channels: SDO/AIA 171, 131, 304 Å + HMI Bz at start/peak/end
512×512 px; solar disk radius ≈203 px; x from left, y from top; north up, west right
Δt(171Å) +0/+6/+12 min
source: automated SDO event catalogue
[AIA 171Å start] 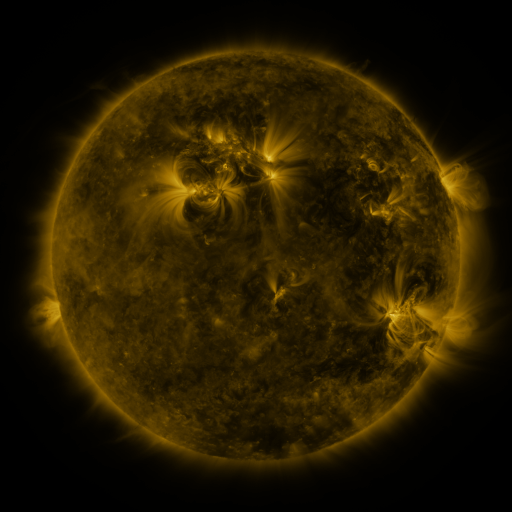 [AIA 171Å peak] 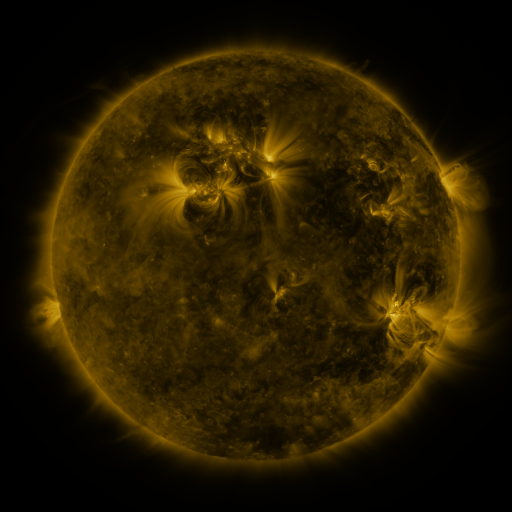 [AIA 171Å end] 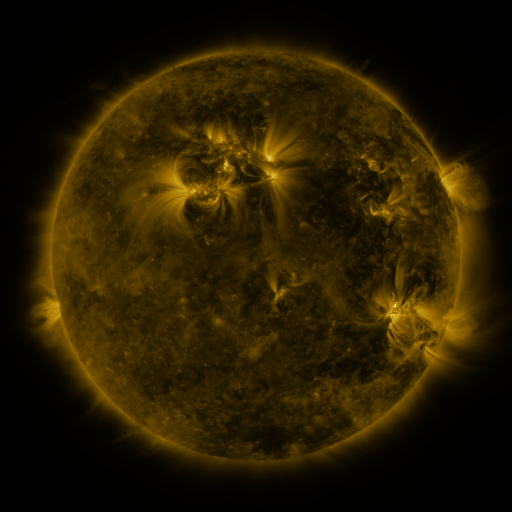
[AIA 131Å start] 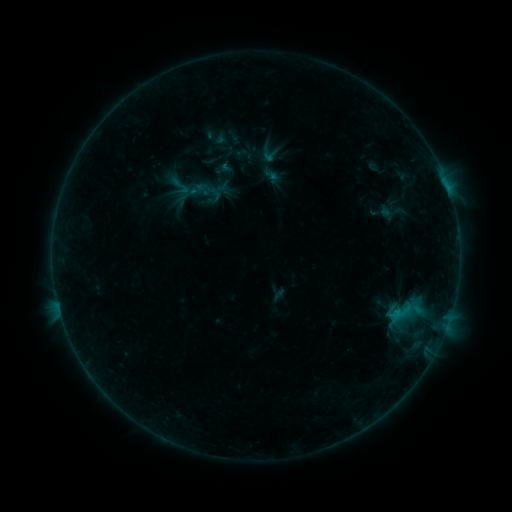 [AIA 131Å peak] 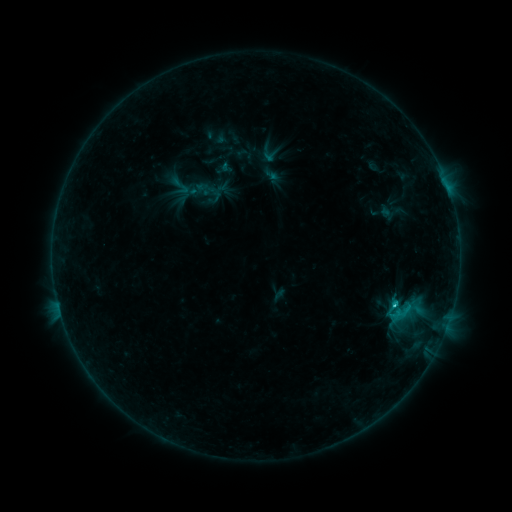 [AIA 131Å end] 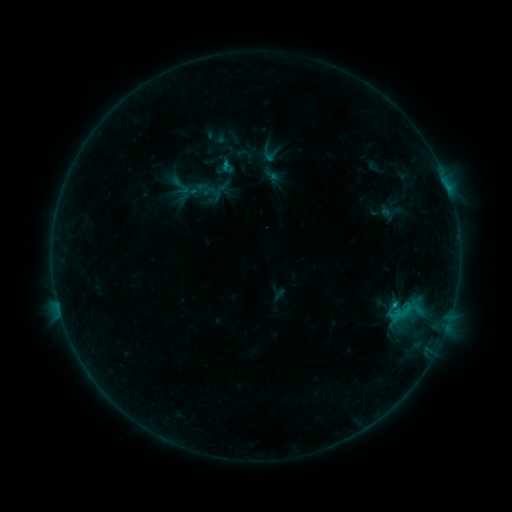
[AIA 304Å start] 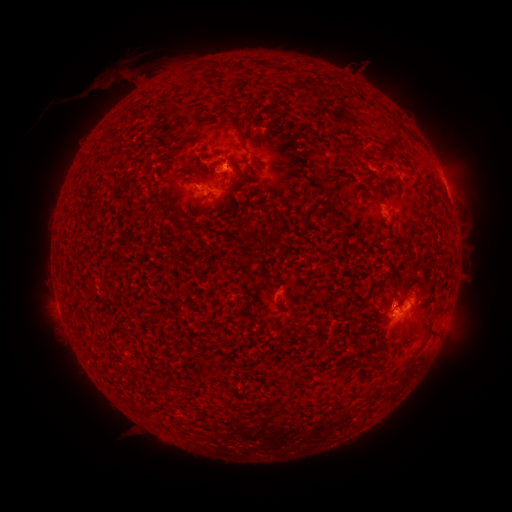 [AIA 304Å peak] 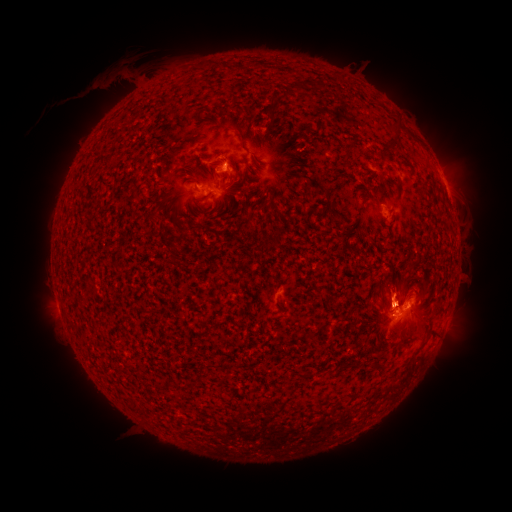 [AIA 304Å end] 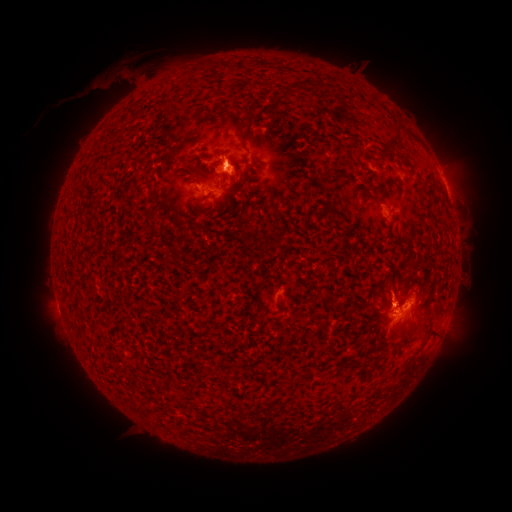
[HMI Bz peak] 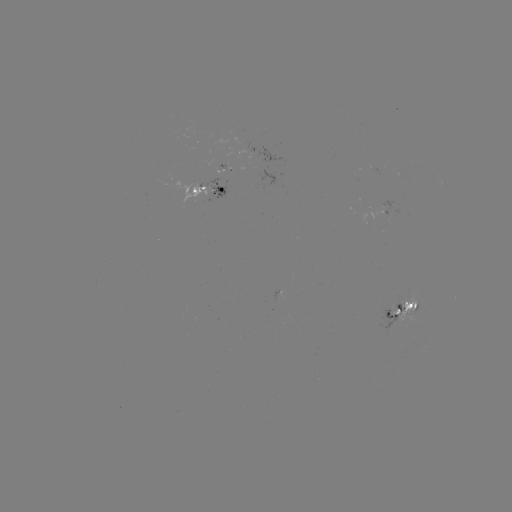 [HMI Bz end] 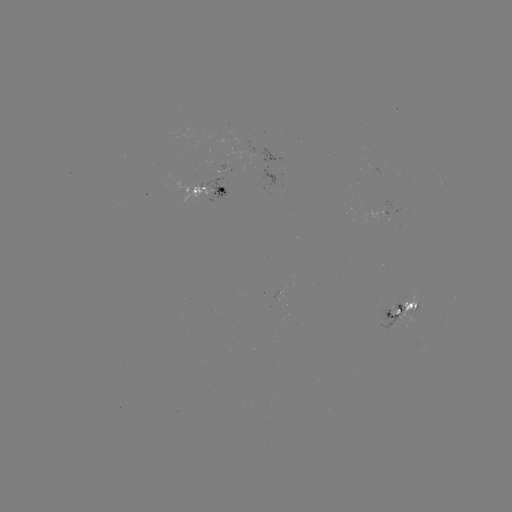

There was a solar eruption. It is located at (396, 283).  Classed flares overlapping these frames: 1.